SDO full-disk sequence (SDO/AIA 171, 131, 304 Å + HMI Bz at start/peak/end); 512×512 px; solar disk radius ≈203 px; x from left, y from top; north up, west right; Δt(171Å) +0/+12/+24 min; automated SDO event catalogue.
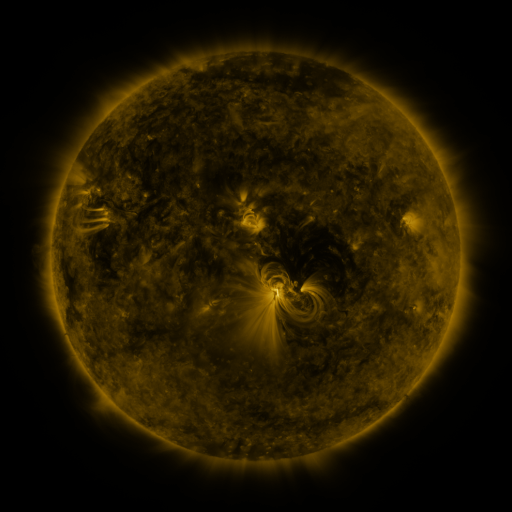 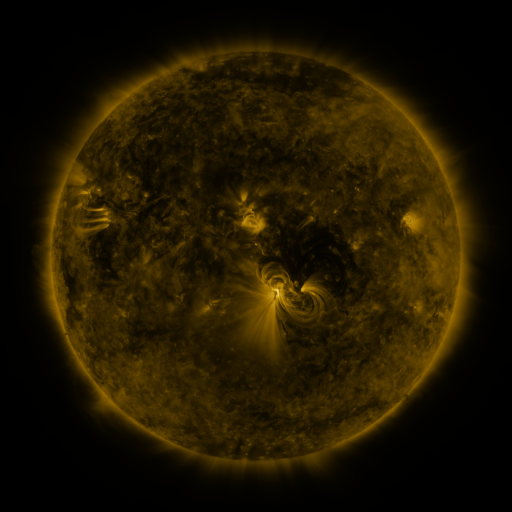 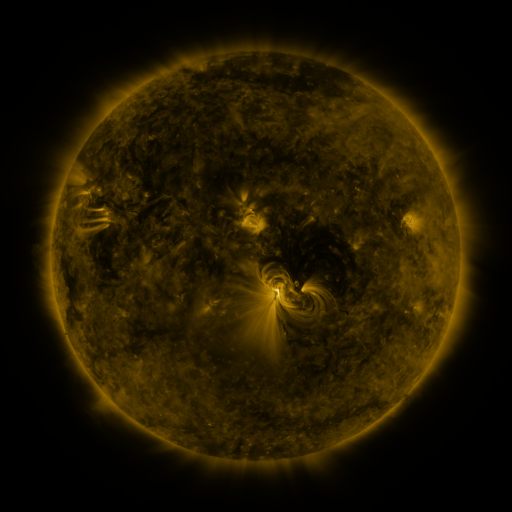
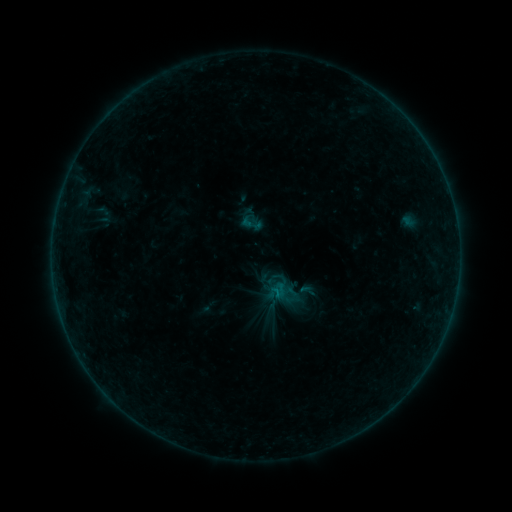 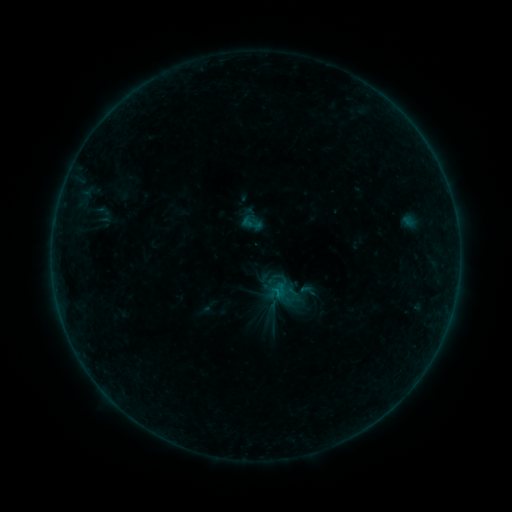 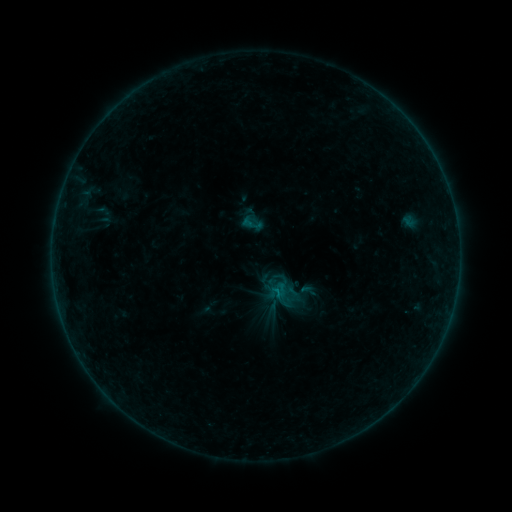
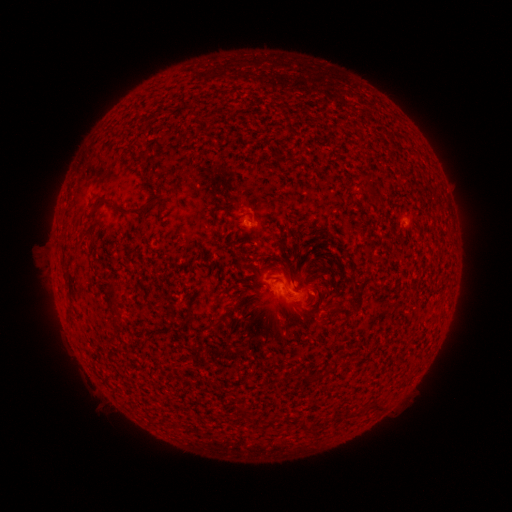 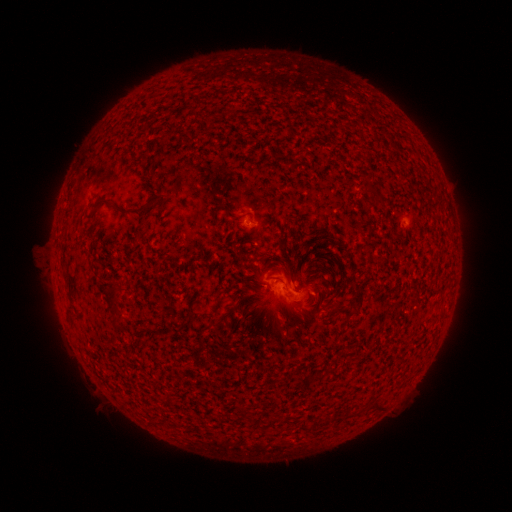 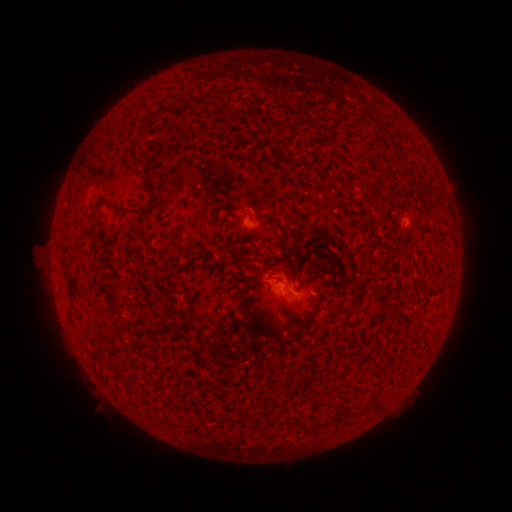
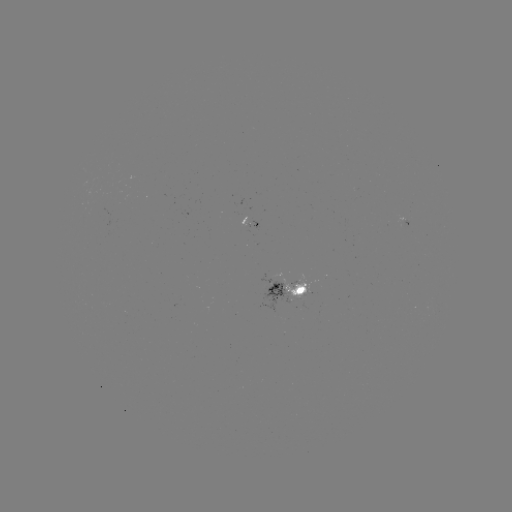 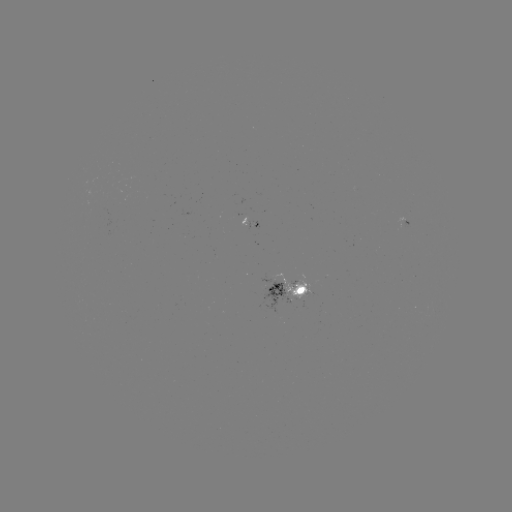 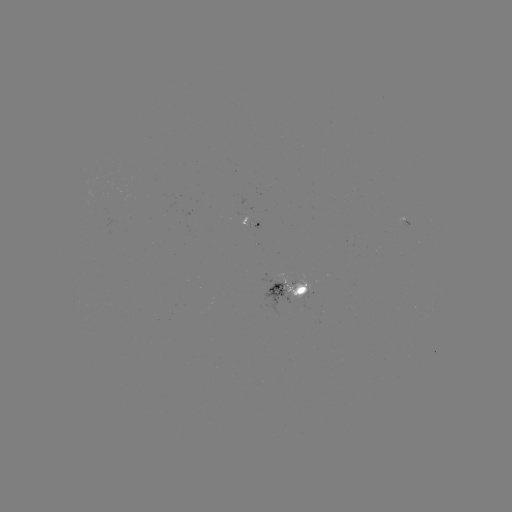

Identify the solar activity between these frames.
no flare in any classed list; no EUV-trigger detection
